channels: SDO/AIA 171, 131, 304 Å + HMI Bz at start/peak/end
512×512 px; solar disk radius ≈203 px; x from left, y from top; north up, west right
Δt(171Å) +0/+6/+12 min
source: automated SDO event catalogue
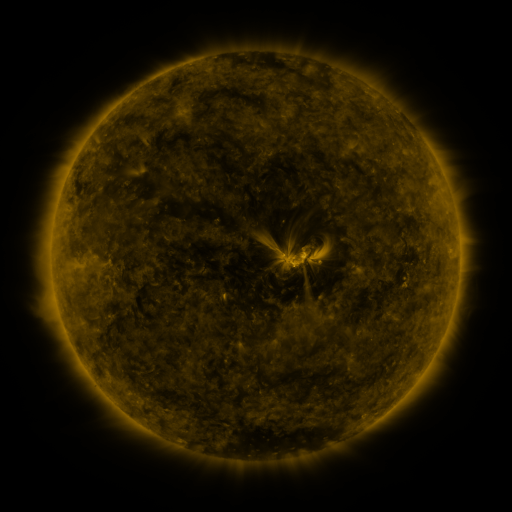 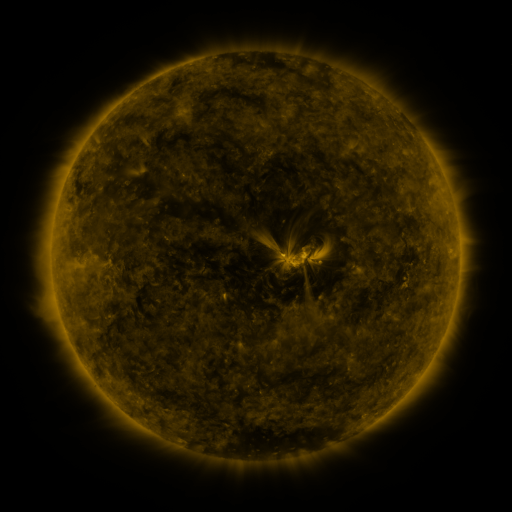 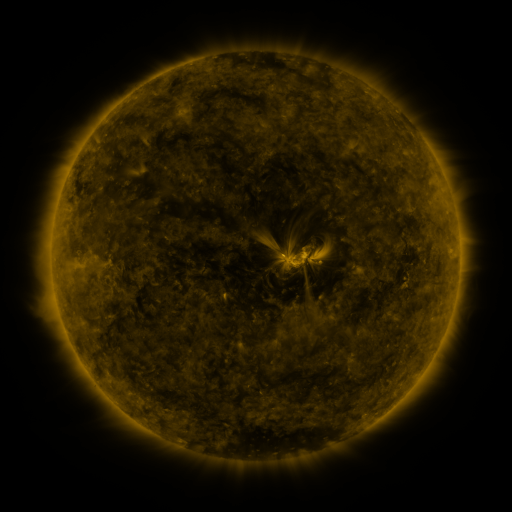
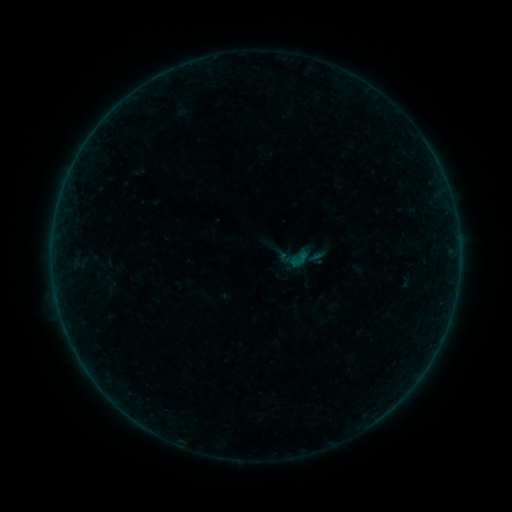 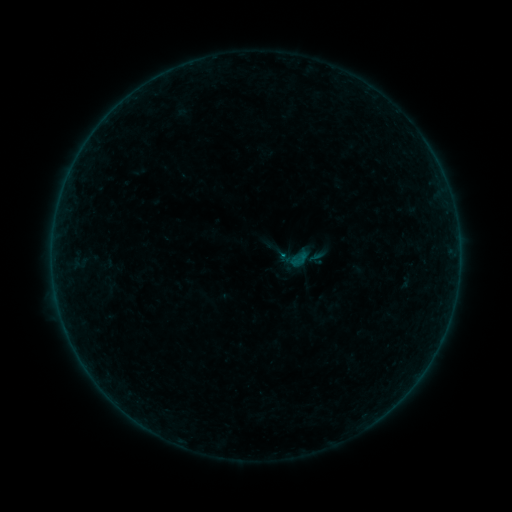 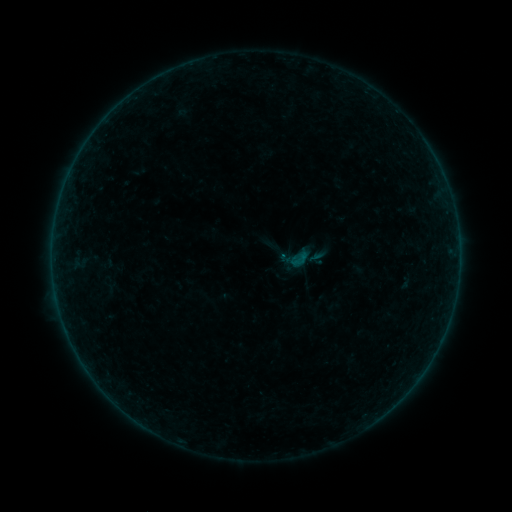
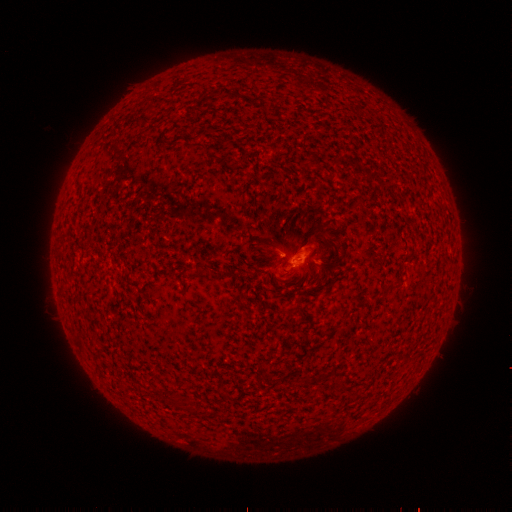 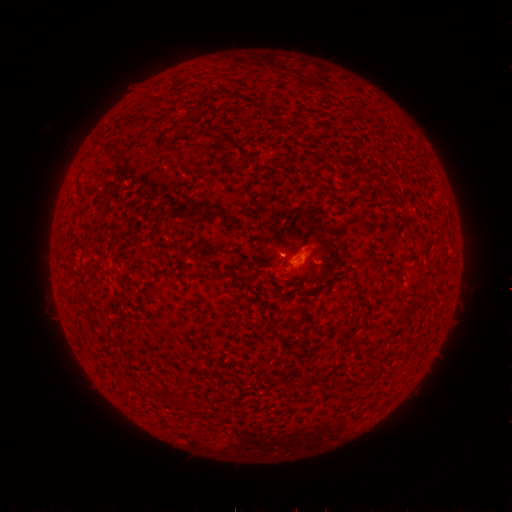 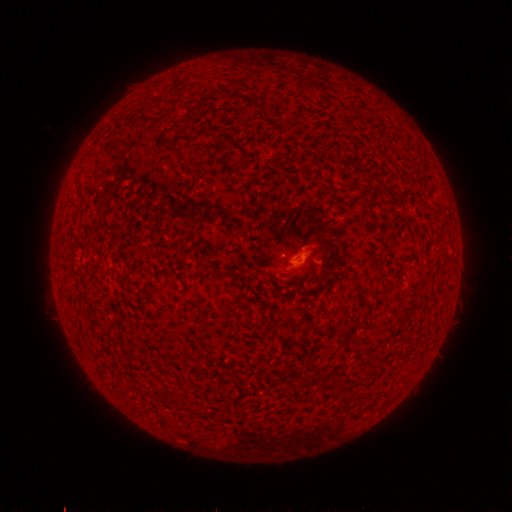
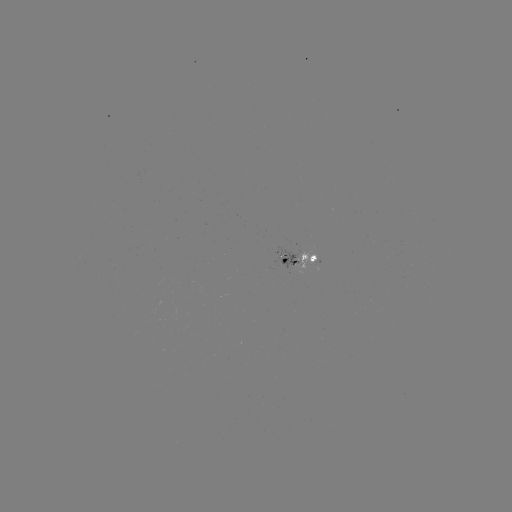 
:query B1.1 flare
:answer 280,253